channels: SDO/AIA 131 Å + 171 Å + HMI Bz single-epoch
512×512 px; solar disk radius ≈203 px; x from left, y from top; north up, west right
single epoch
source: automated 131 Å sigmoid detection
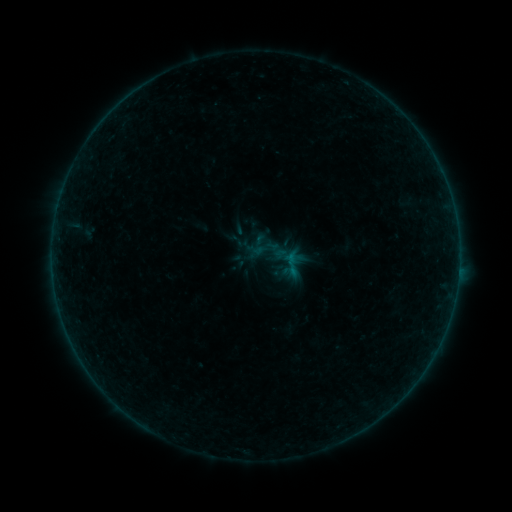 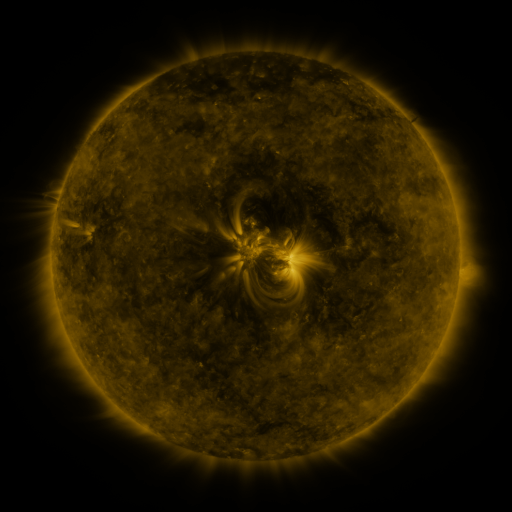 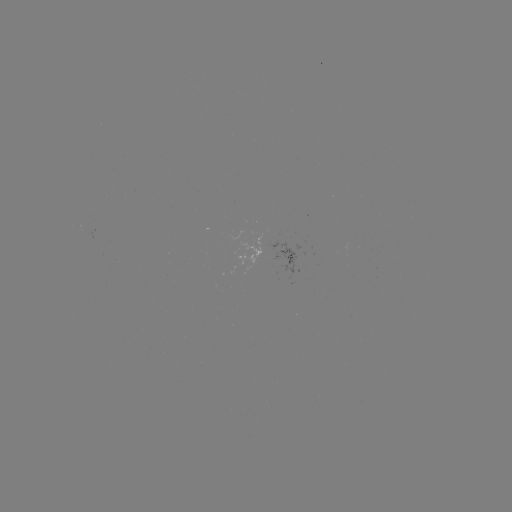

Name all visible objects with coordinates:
sigmoid: [228, 251, 248, 271]
